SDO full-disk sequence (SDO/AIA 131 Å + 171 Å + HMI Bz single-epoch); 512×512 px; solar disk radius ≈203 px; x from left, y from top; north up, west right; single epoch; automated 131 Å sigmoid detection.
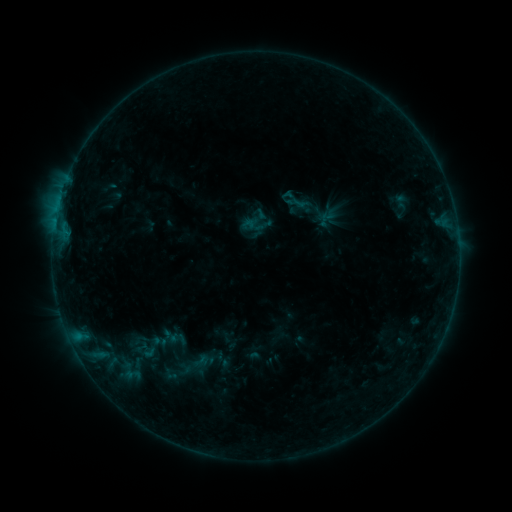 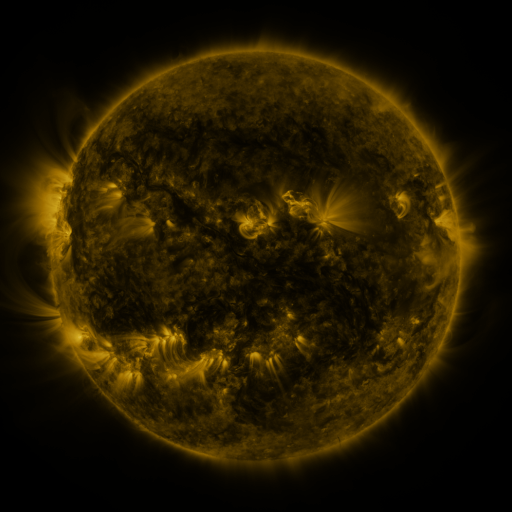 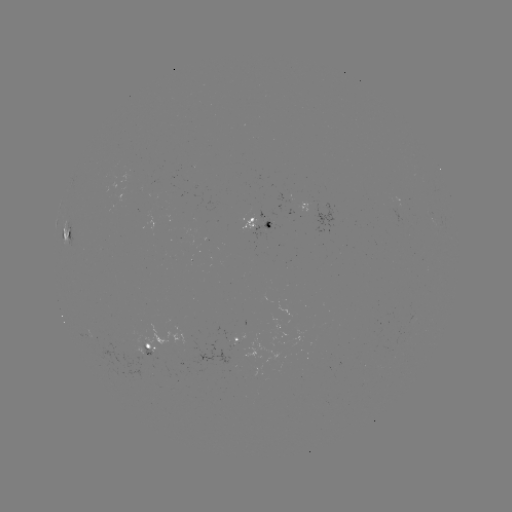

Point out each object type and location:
sigmoid: <bbox>245, 207, 271, 233</bbox>
sigmoid: <bbox>130, 331, 171, 364</bbox>
